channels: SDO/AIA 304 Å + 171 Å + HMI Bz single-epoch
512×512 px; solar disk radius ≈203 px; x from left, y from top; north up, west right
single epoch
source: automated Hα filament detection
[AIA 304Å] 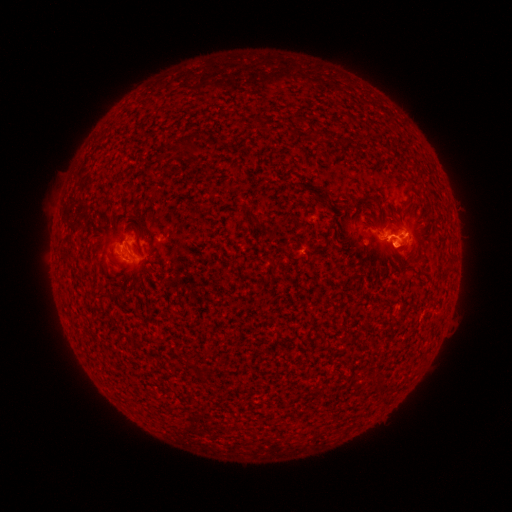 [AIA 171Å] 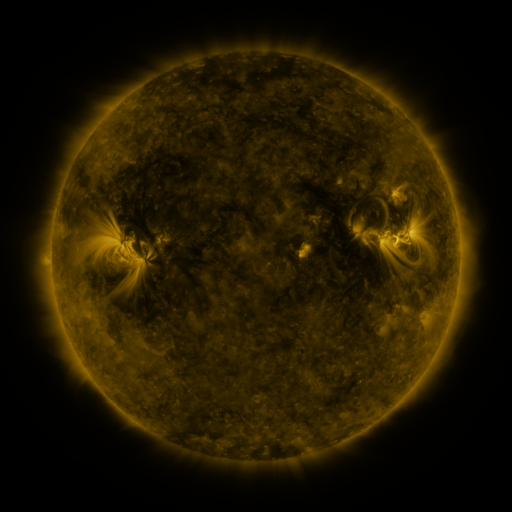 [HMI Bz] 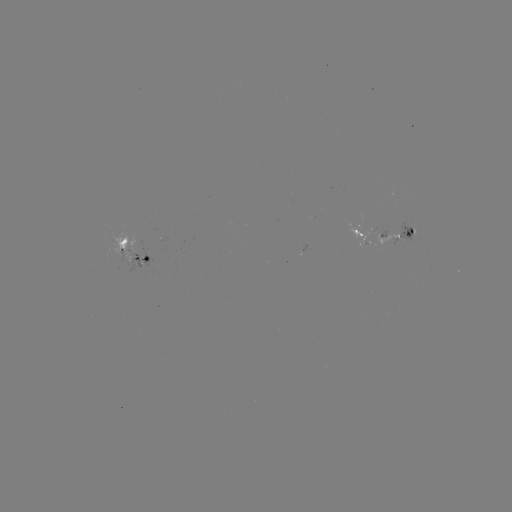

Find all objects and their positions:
filament: (189, 144)
filament: (122, 243)
filament: (102, 297)
